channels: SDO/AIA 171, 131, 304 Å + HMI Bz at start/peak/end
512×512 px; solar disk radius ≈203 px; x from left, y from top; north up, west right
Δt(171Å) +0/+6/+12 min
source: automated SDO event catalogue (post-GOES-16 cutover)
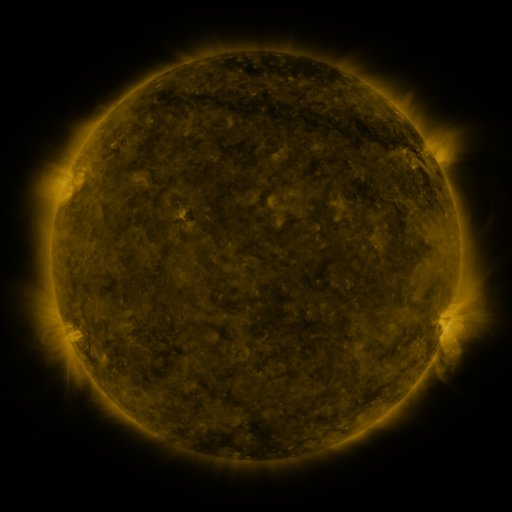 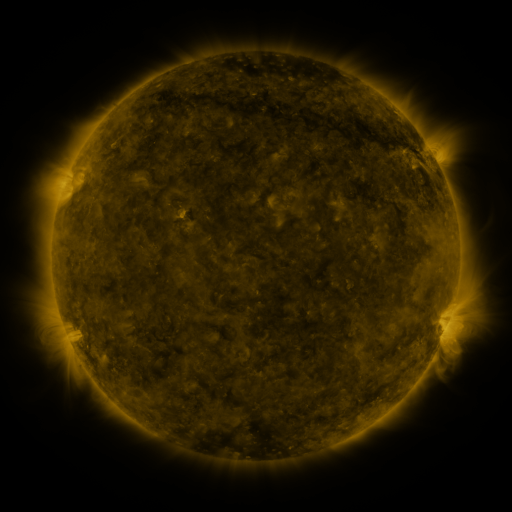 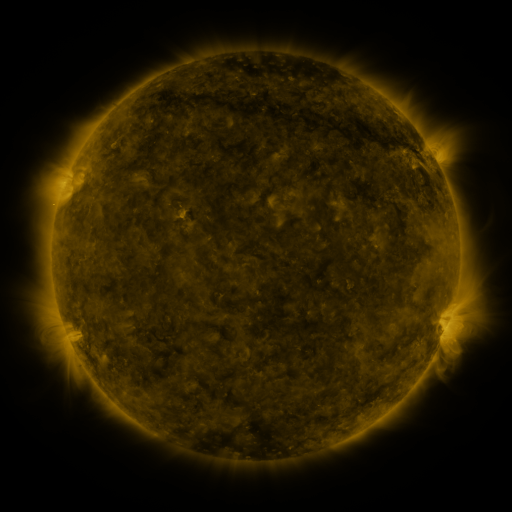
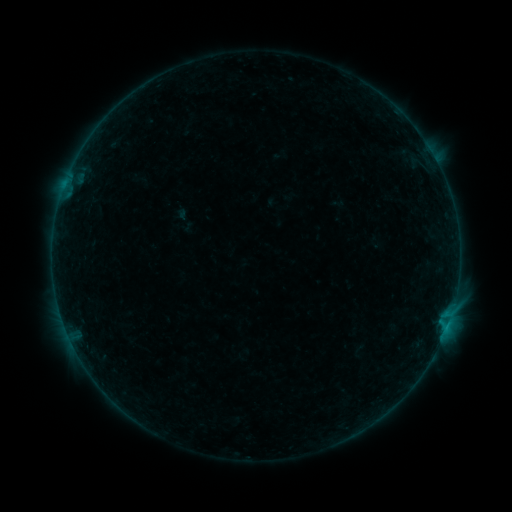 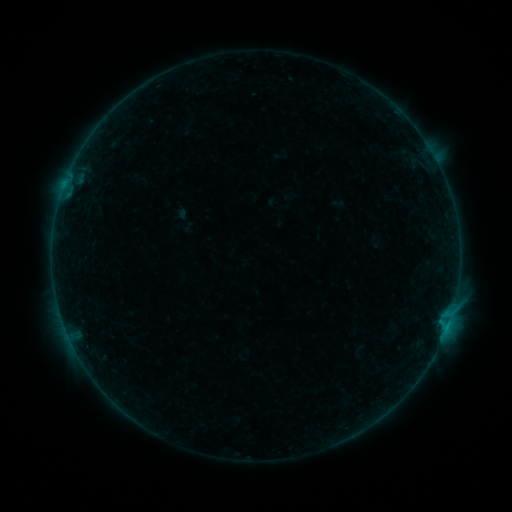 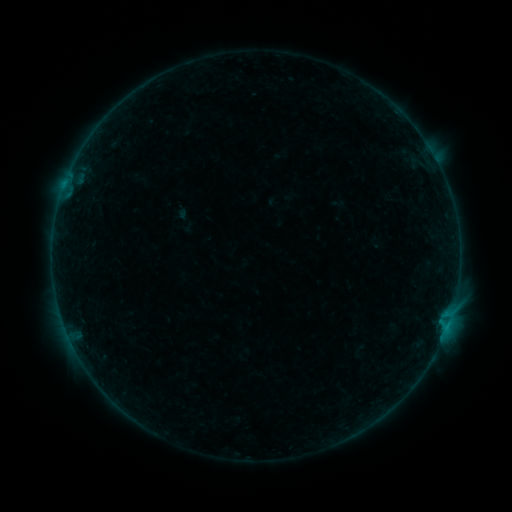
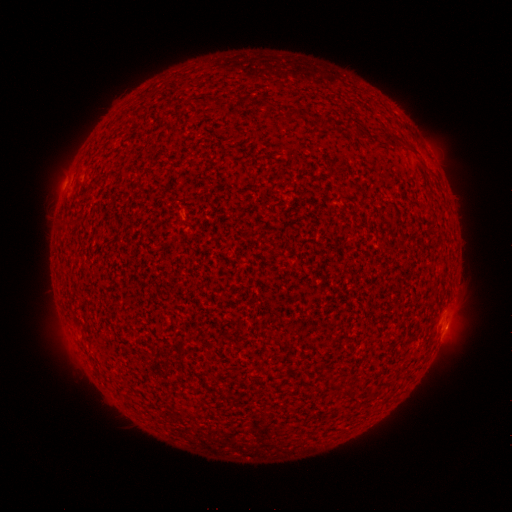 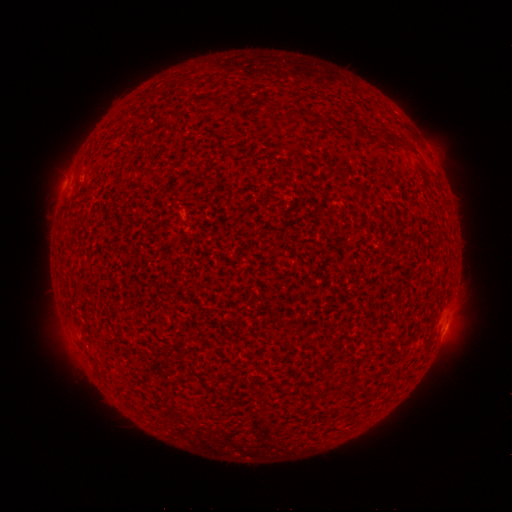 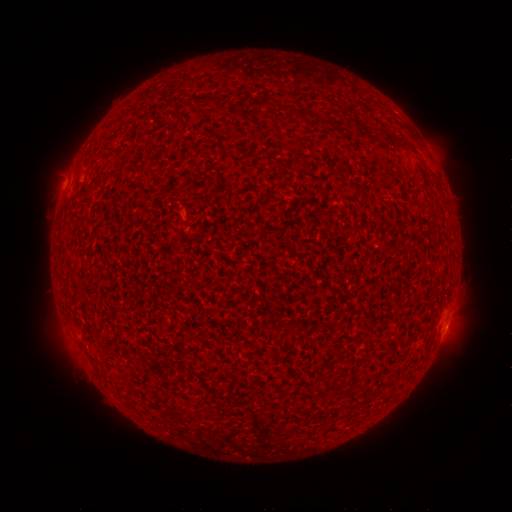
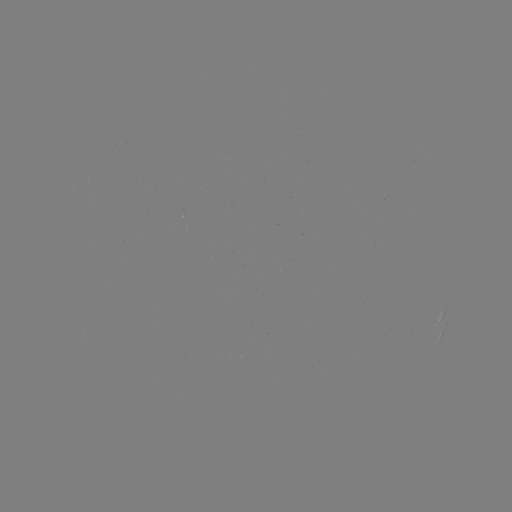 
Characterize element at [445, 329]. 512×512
B1.7 flare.